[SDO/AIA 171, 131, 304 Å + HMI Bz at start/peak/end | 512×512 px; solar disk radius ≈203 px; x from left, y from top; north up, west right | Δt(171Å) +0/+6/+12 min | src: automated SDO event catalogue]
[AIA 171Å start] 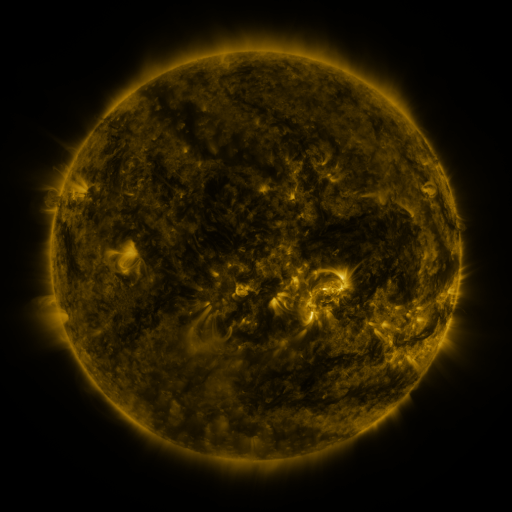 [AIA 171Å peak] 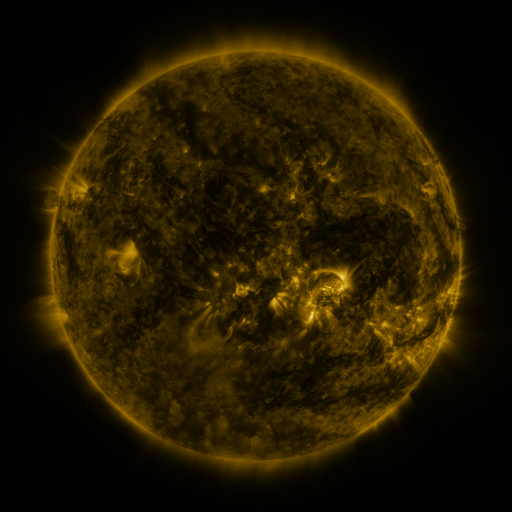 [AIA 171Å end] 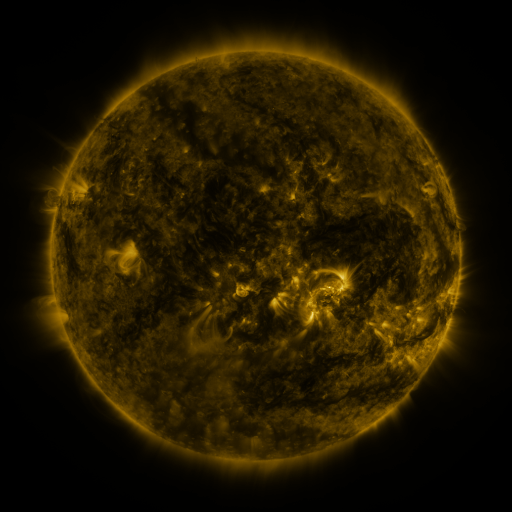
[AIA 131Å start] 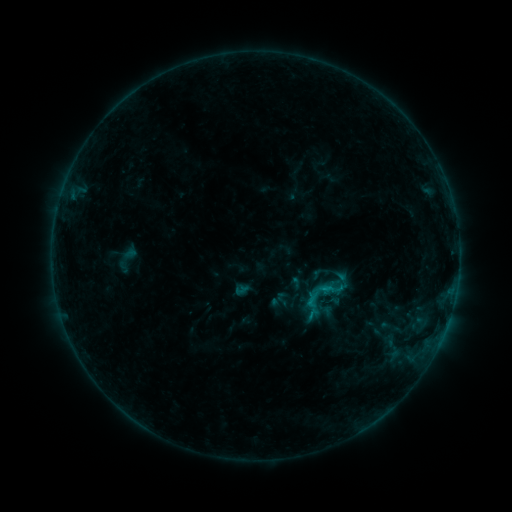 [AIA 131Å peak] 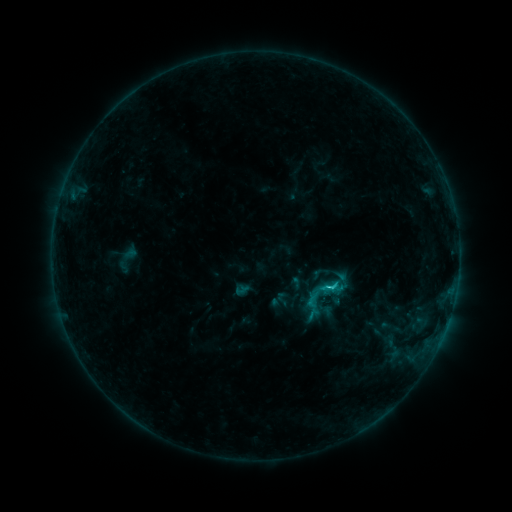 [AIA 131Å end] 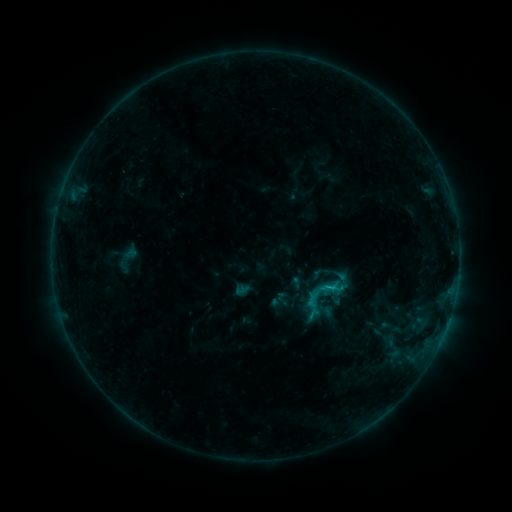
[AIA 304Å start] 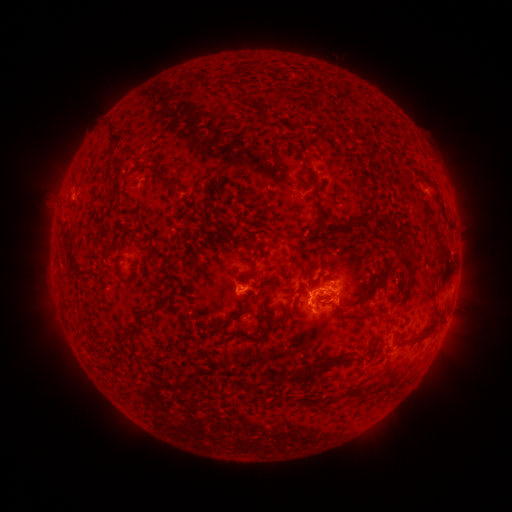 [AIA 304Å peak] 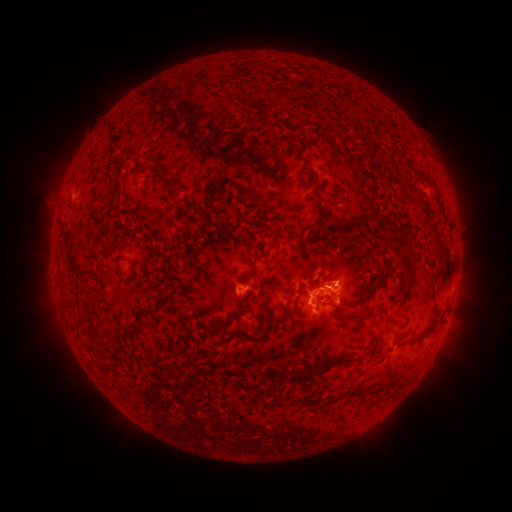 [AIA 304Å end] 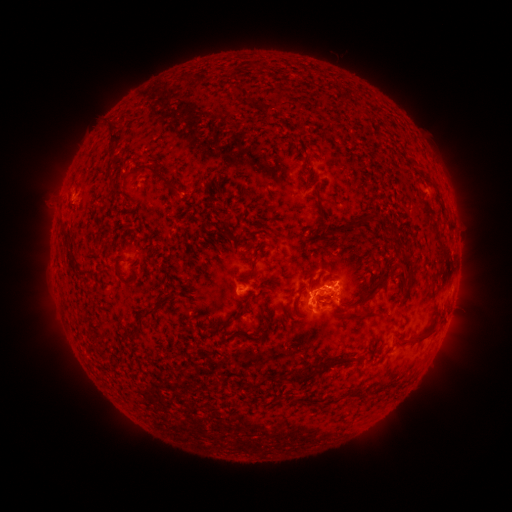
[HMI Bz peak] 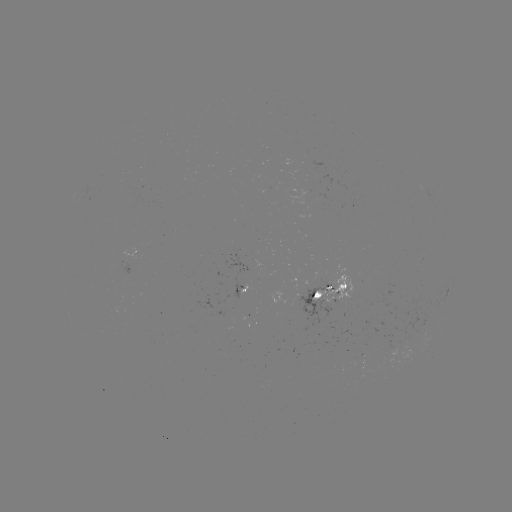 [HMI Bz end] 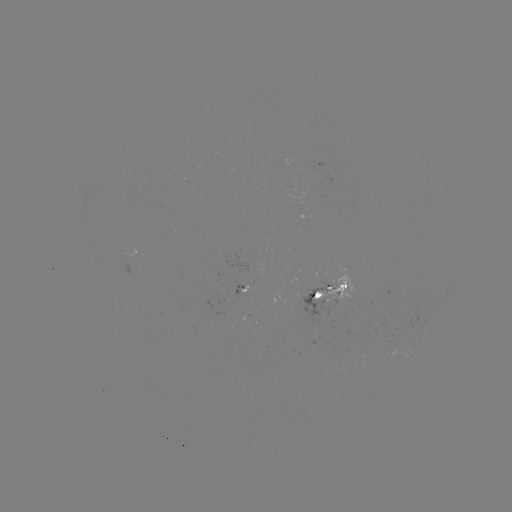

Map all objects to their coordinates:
C1.4 flare: (326, 285)
